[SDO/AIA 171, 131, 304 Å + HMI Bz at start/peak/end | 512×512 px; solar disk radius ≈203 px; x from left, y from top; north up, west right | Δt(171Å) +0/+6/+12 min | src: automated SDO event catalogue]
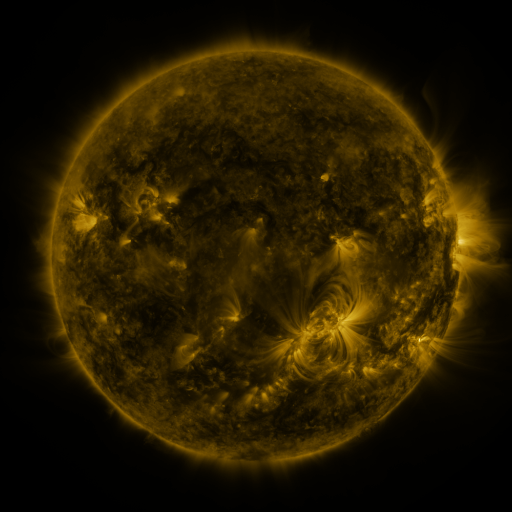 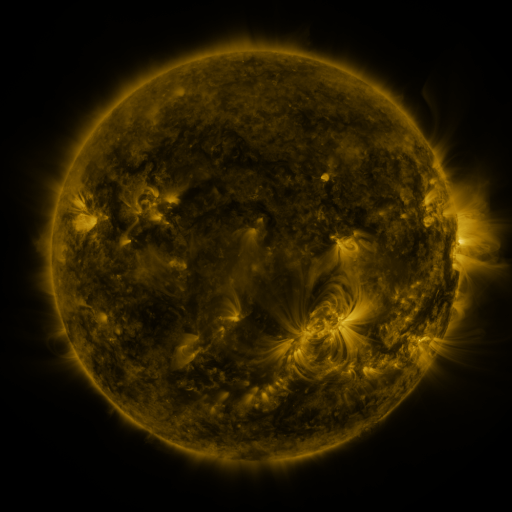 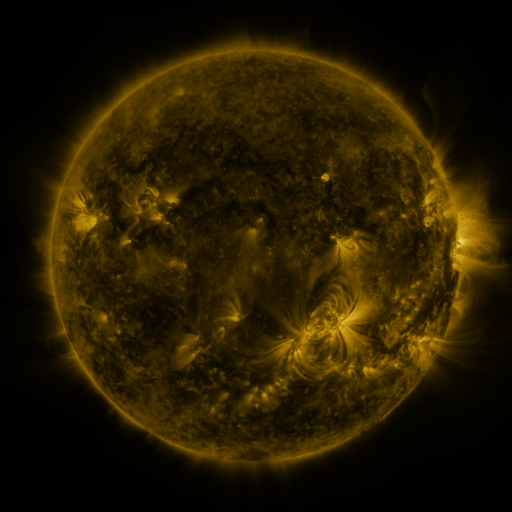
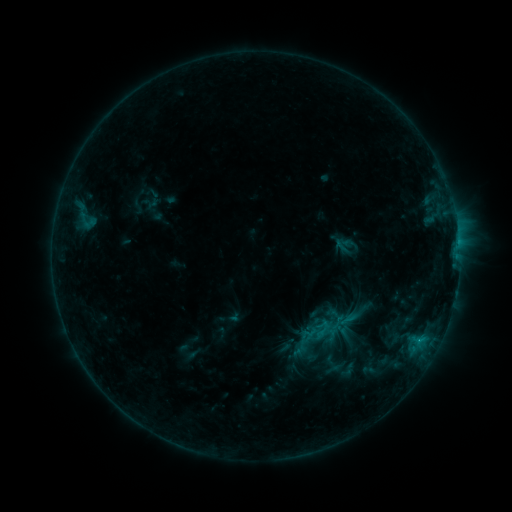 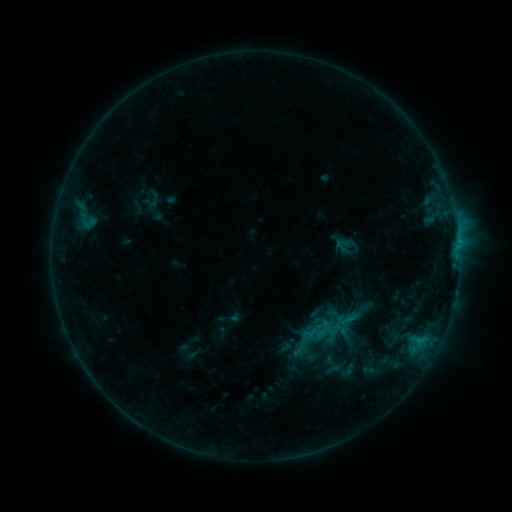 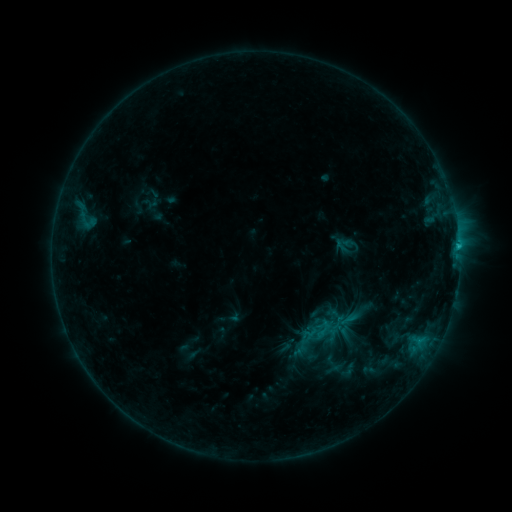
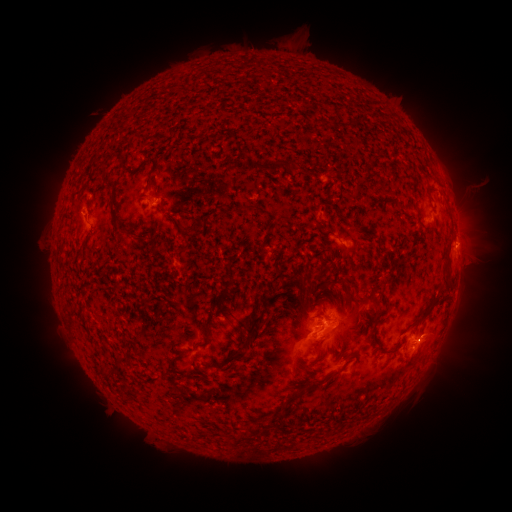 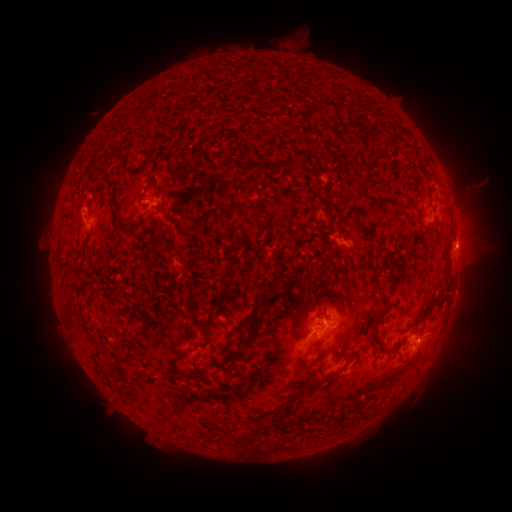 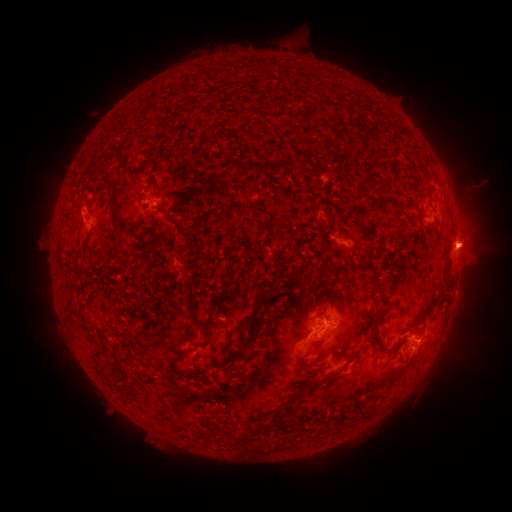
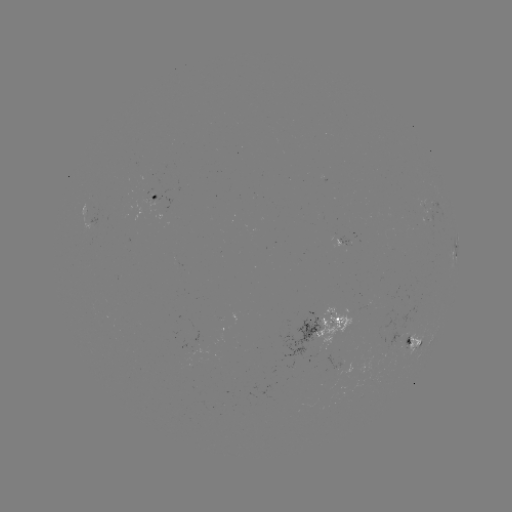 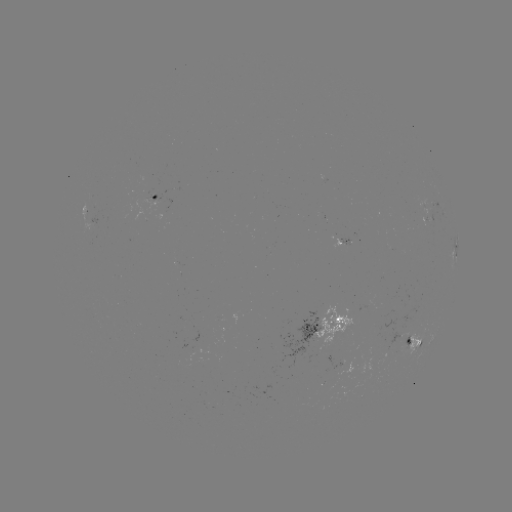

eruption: (444, 217, 504, 272)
